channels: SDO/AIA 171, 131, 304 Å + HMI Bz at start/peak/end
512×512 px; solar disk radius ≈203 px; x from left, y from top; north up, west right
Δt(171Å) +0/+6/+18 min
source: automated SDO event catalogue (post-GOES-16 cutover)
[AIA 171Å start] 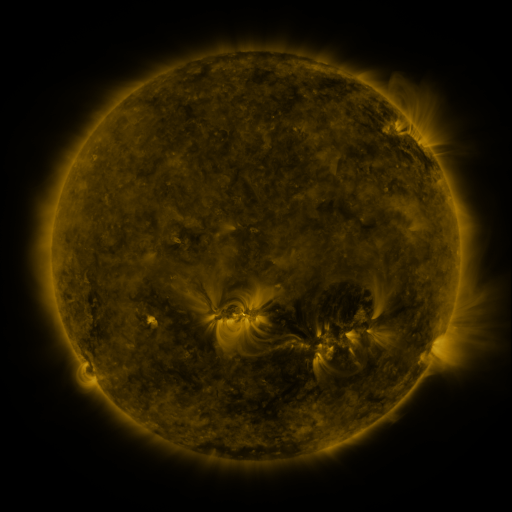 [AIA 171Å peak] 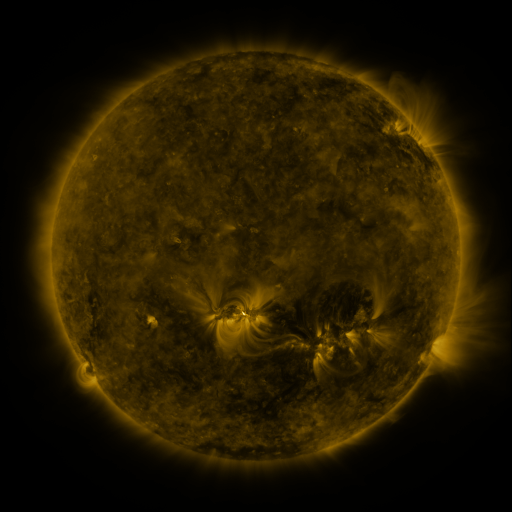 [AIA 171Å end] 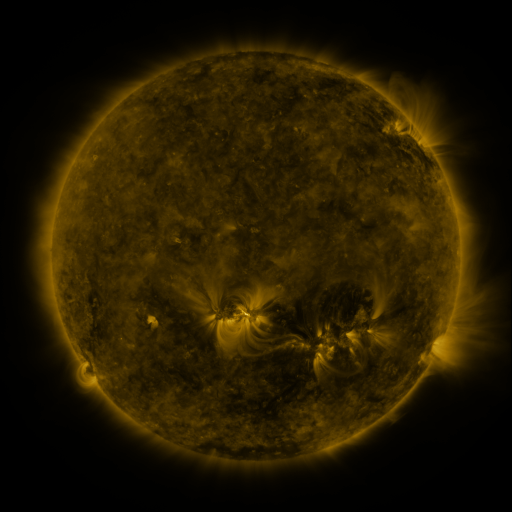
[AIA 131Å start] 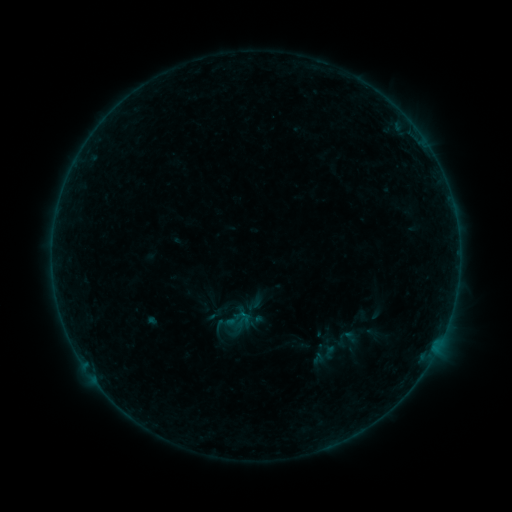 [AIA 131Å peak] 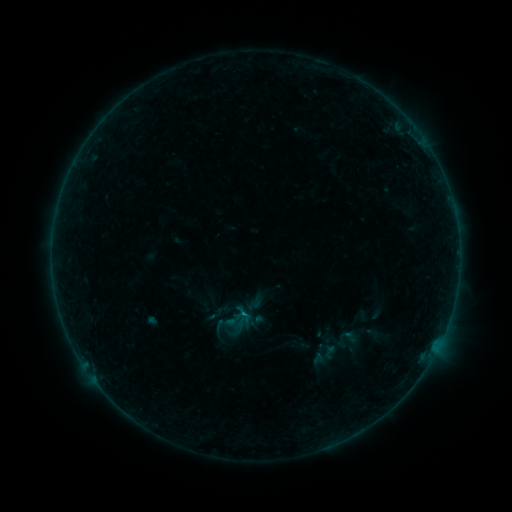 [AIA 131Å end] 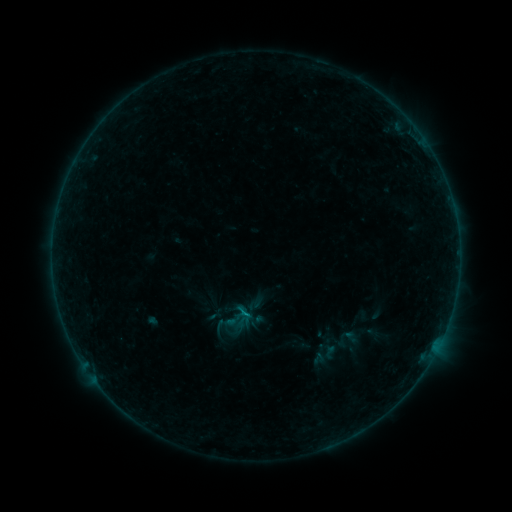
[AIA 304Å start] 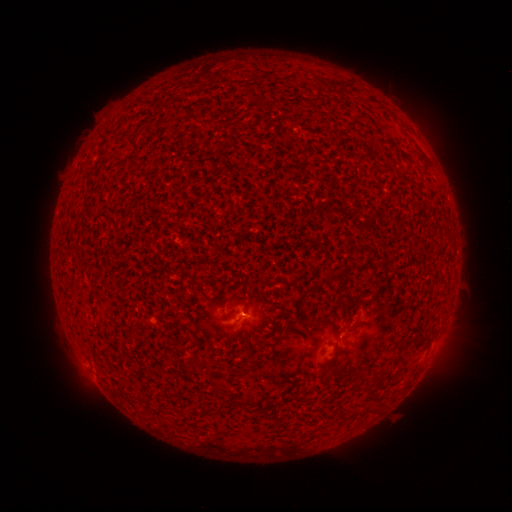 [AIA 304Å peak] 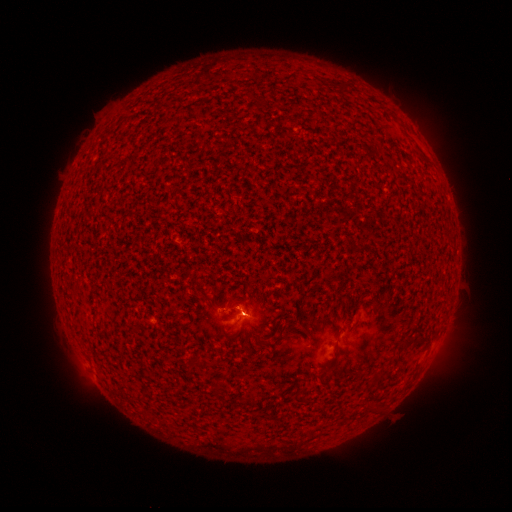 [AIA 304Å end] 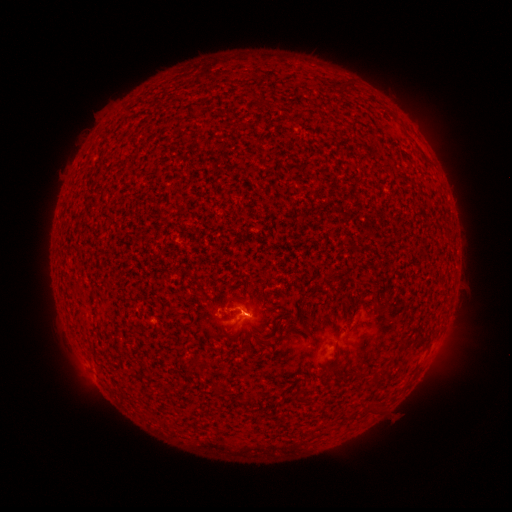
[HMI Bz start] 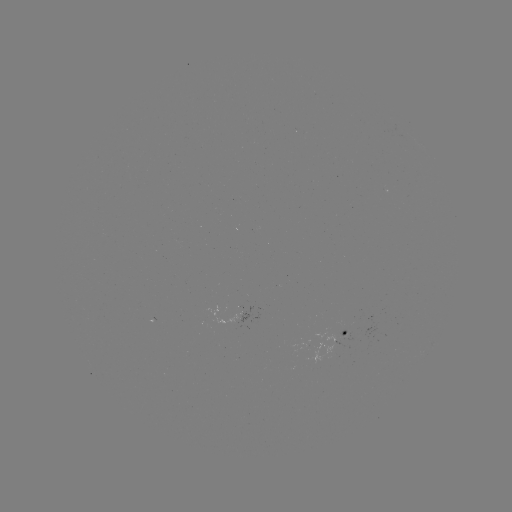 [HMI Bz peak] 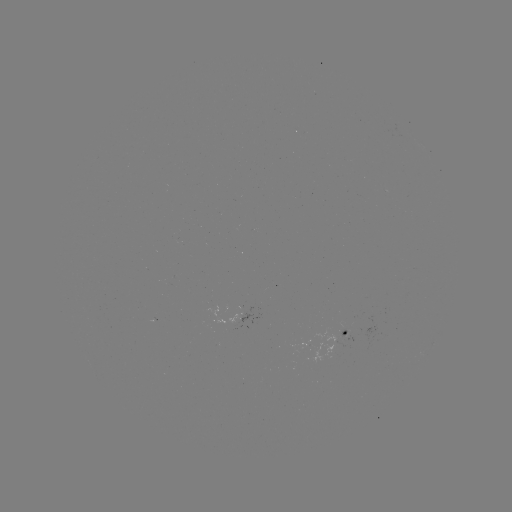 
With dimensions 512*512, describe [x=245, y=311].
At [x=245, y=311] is B1.7 flare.